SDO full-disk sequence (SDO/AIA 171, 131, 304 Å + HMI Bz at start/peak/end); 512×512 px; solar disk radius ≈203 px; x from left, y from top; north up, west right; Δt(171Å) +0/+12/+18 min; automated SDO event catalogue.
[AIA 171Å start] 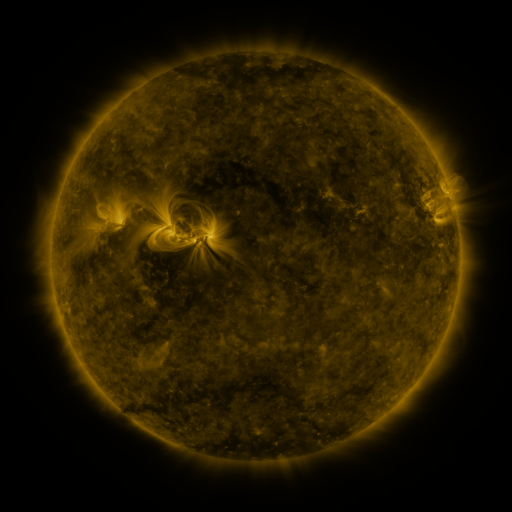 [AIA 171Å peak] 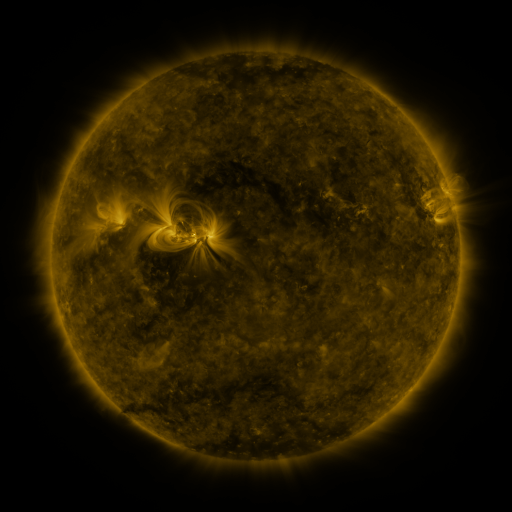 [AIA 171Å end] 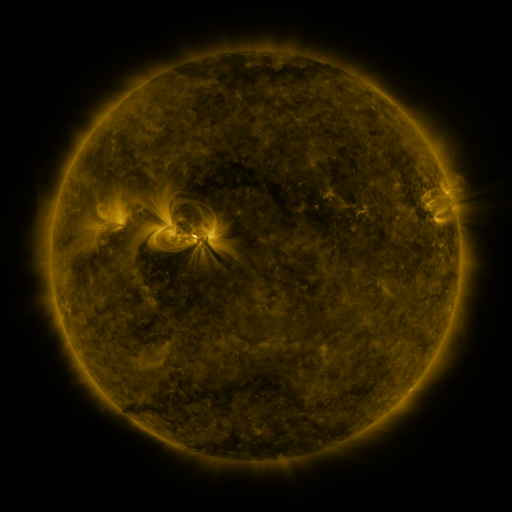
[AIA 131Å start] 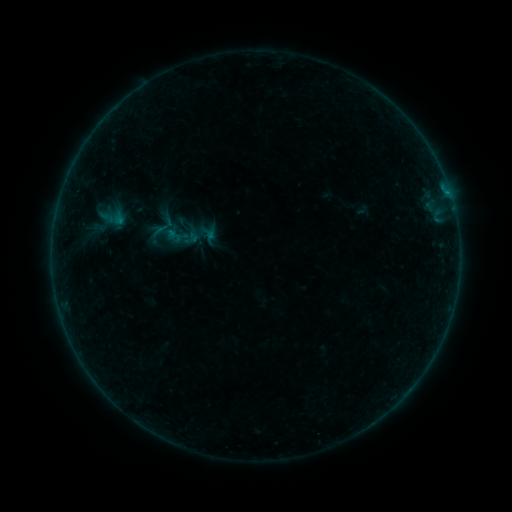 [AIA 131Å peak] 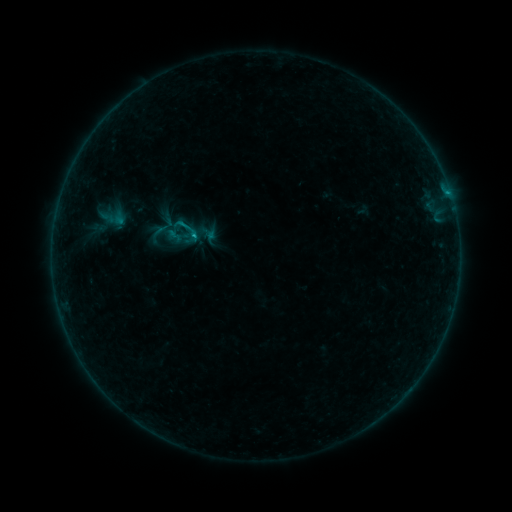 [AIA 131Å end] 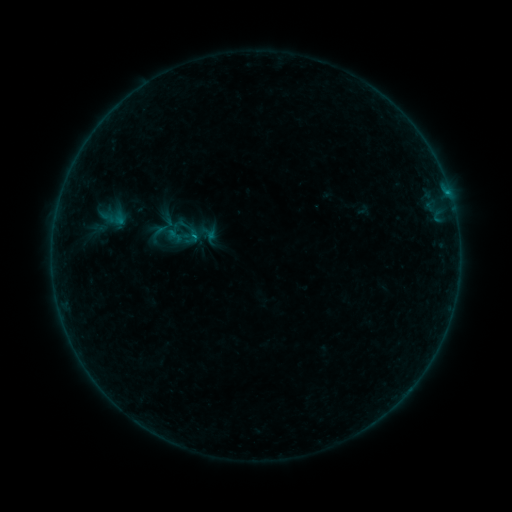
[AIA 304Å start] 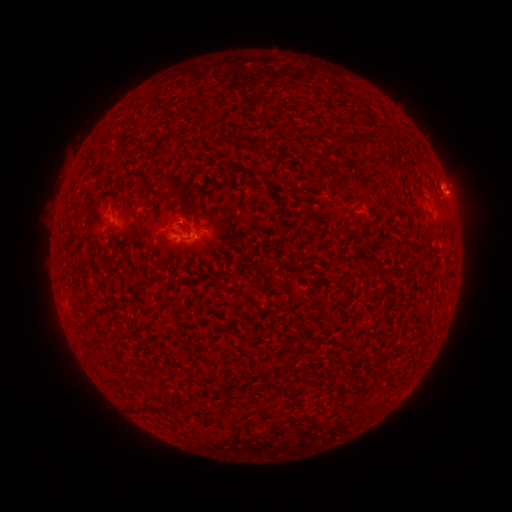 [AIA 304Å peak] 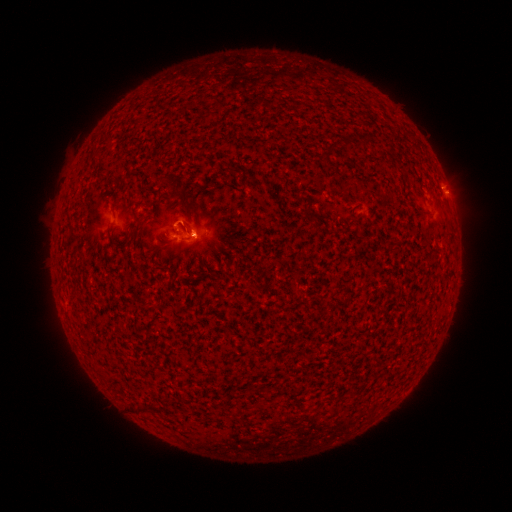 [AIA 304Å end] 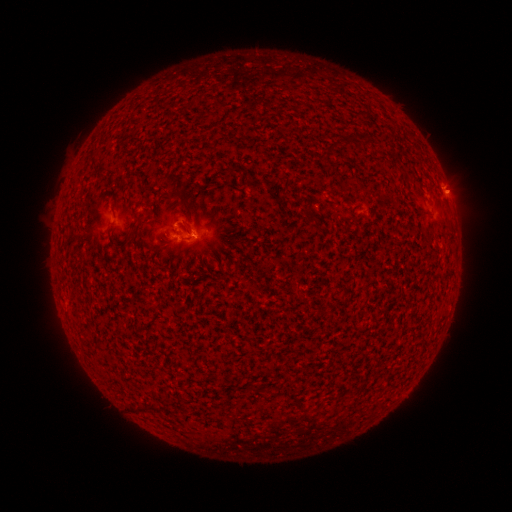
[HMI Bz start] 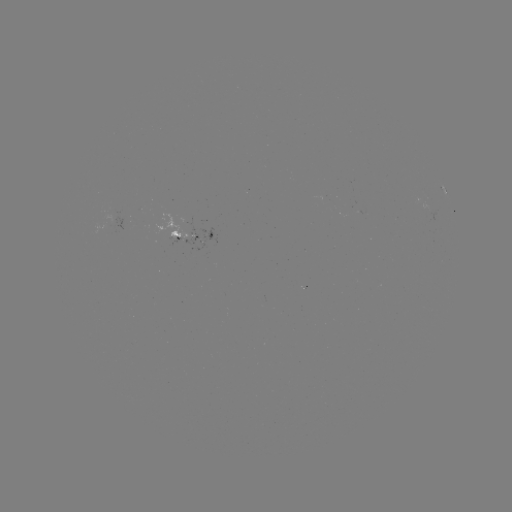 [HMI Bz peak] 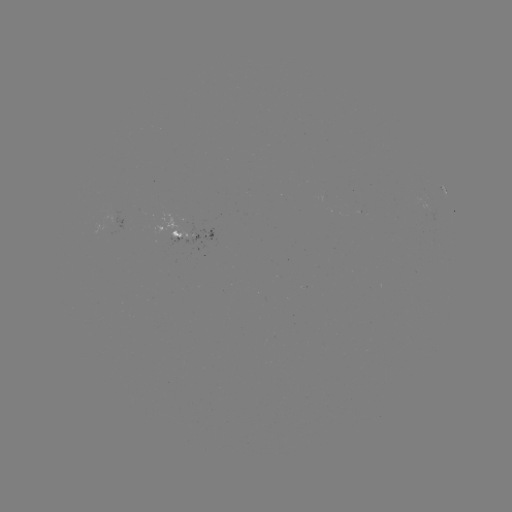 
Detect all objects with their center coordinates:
B5.8 flare: (196, 237)
